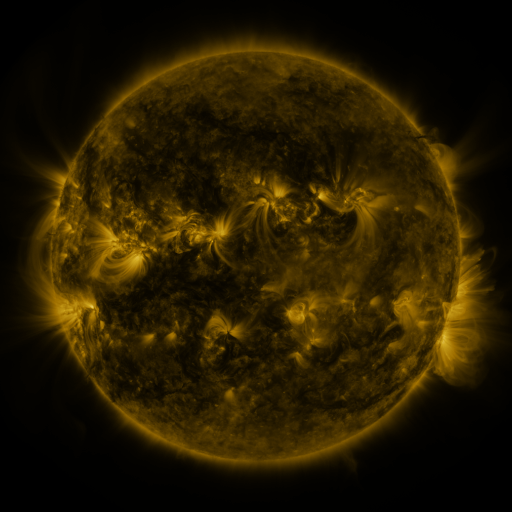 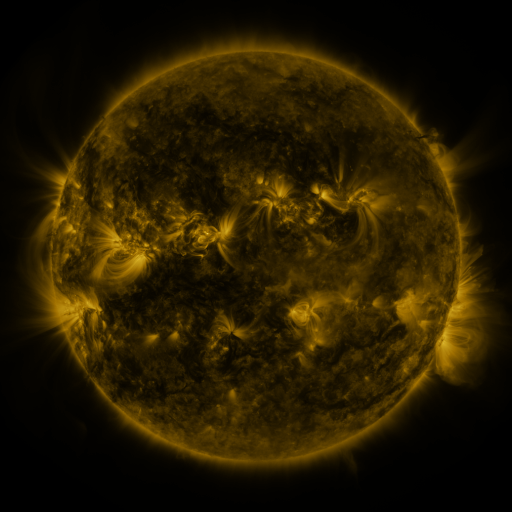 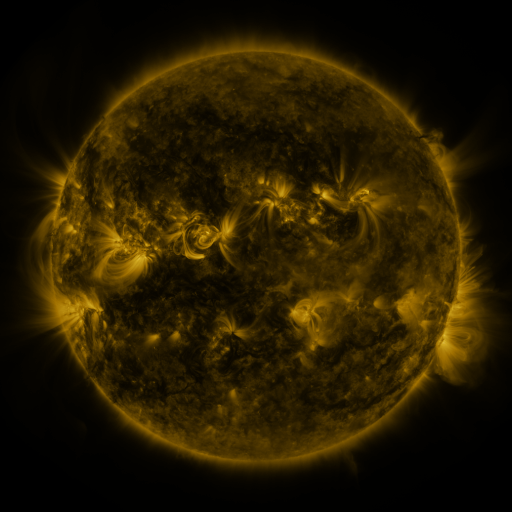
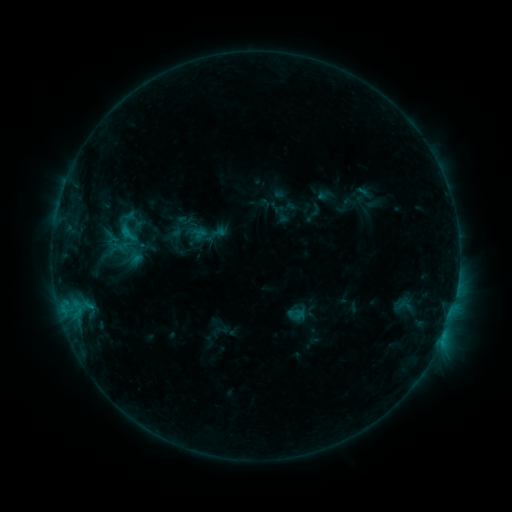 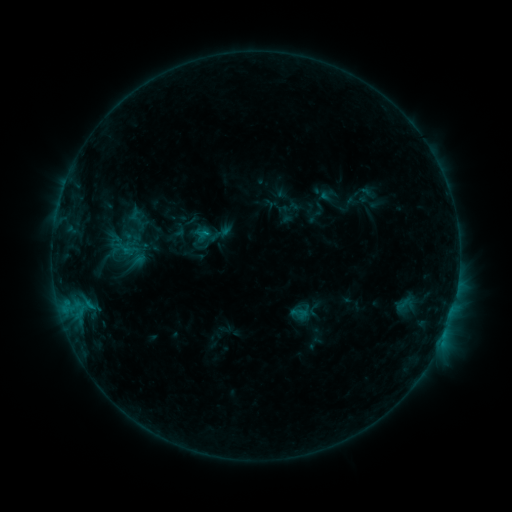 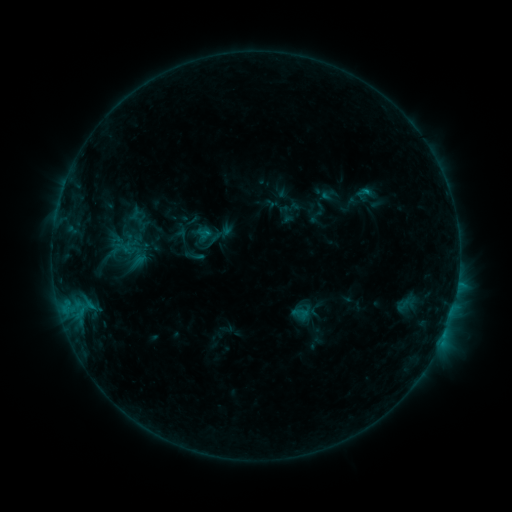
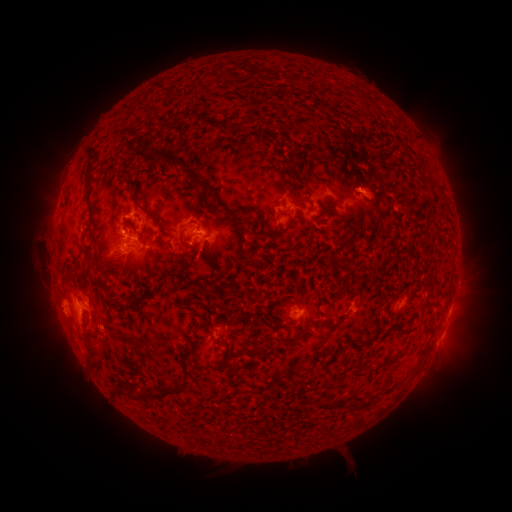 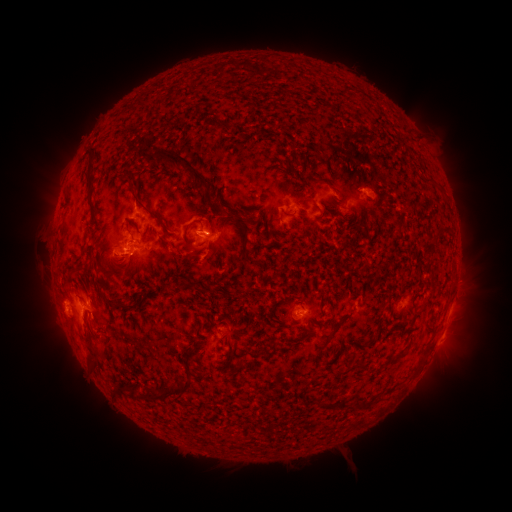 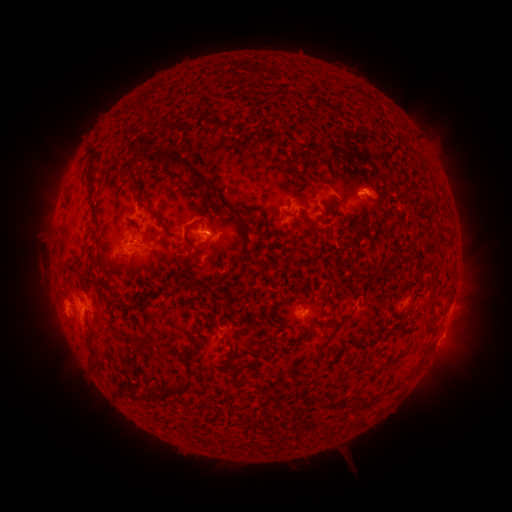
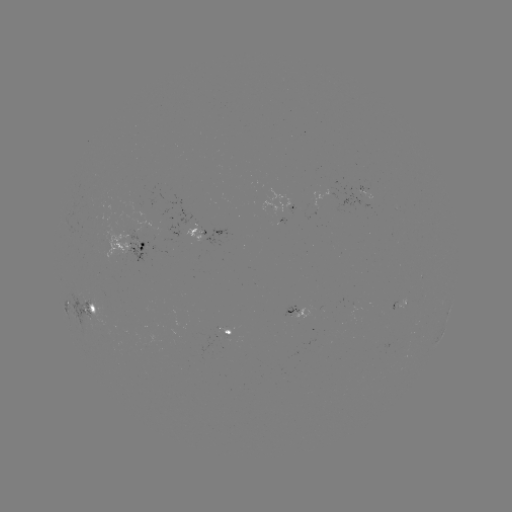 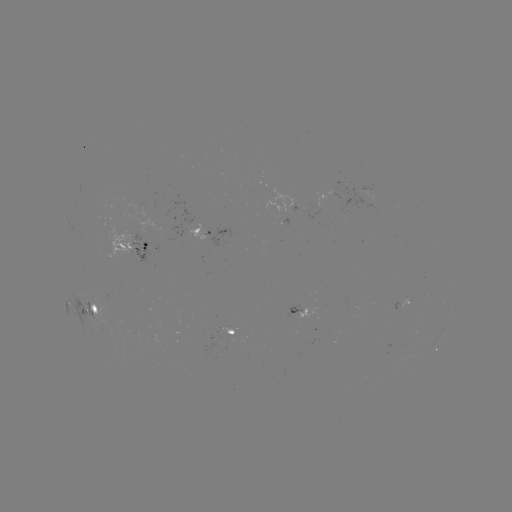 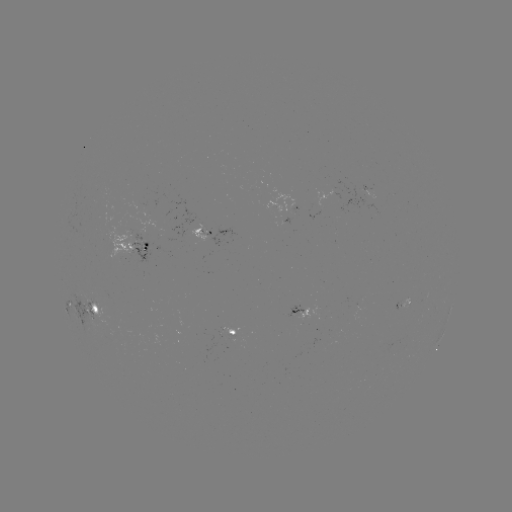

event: emerging-flux region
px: (406, 300)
